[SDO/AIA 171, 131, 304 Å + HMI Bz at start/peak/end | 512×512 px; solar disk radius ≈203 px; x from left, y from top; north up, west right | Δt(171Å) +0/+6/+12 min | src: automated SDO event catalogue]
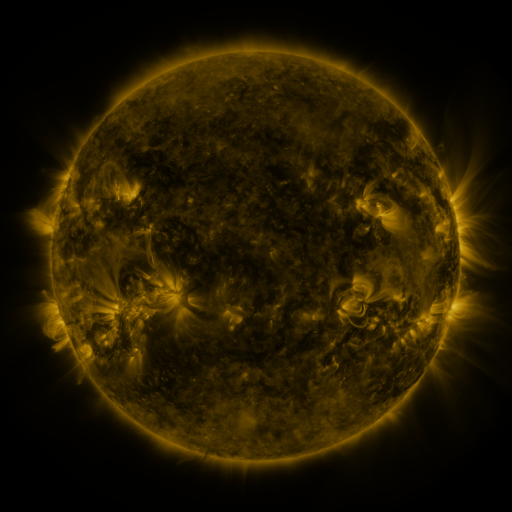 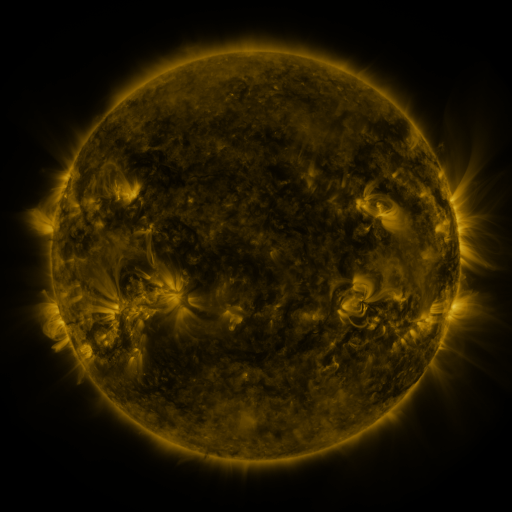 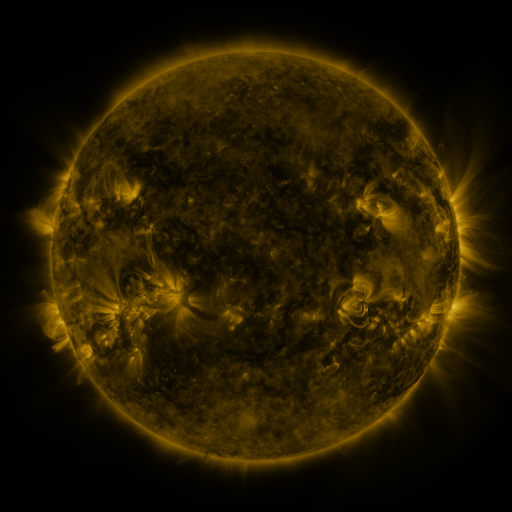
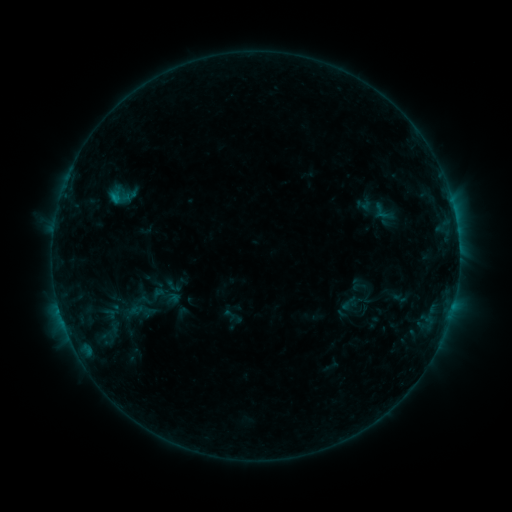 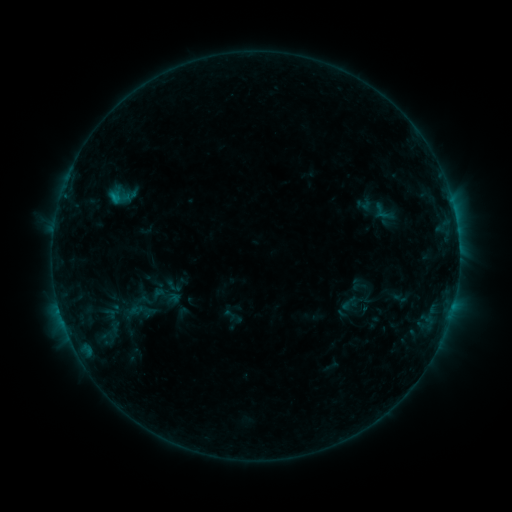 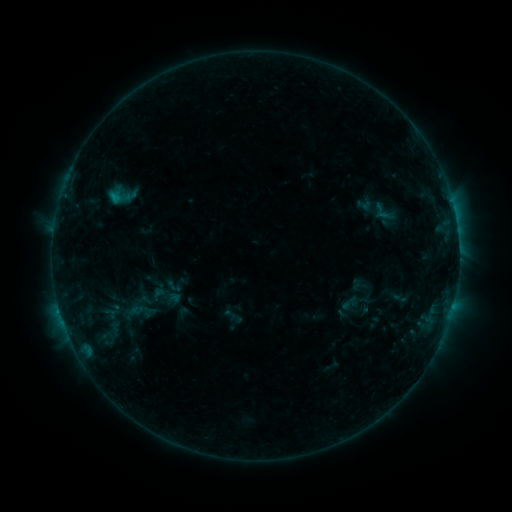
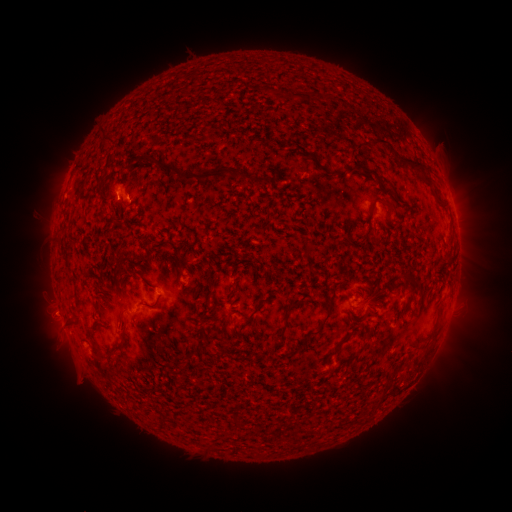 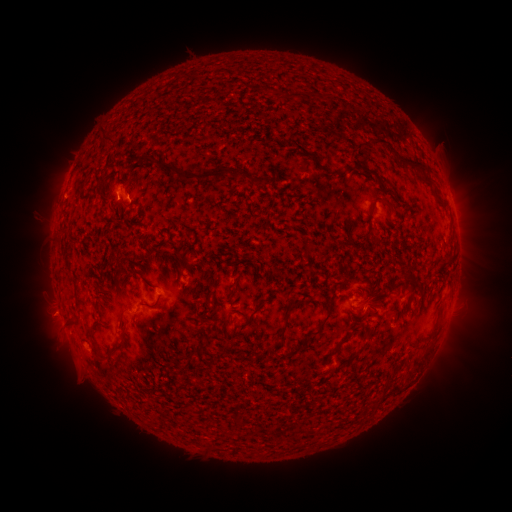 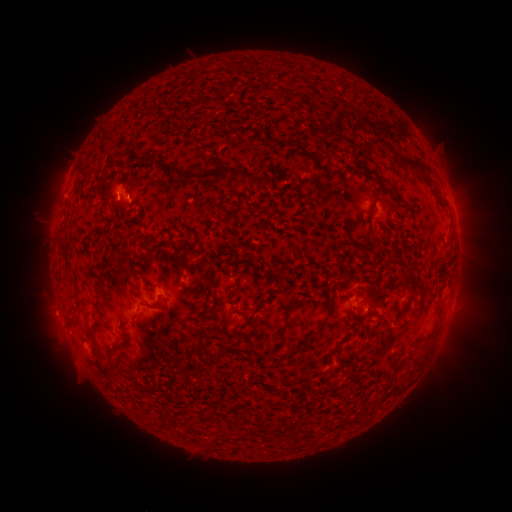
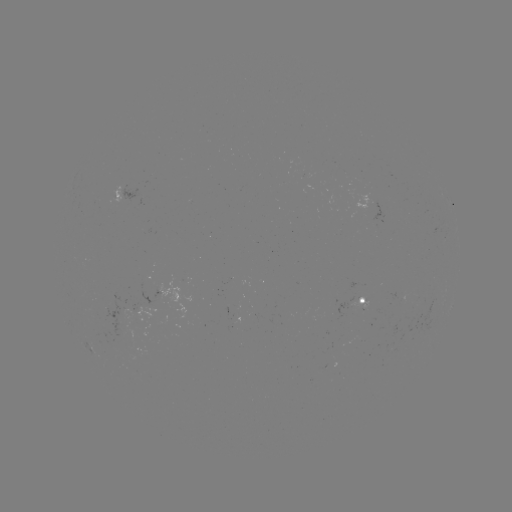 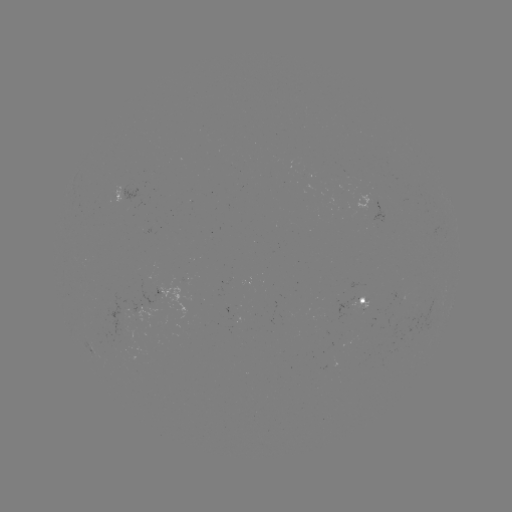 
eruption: (26, 292, 77, 339)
